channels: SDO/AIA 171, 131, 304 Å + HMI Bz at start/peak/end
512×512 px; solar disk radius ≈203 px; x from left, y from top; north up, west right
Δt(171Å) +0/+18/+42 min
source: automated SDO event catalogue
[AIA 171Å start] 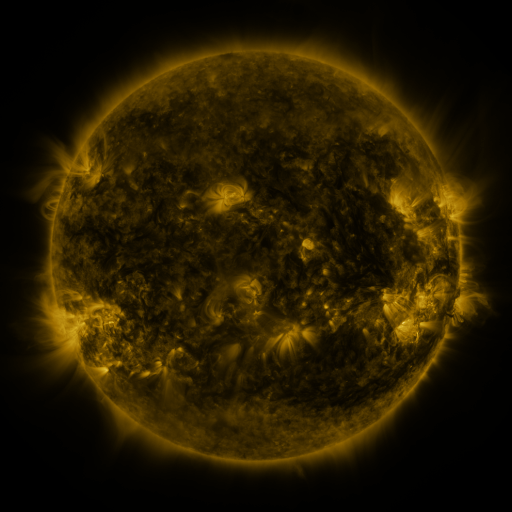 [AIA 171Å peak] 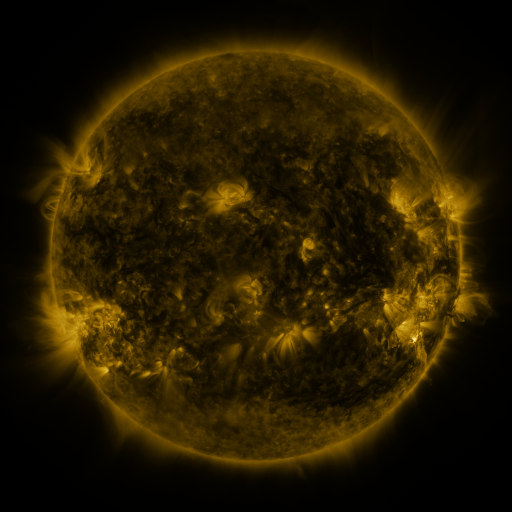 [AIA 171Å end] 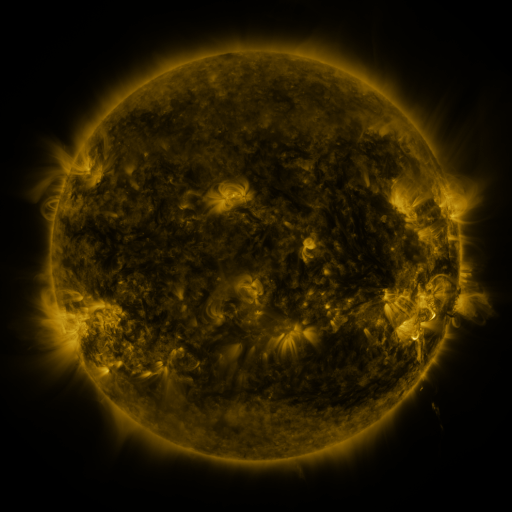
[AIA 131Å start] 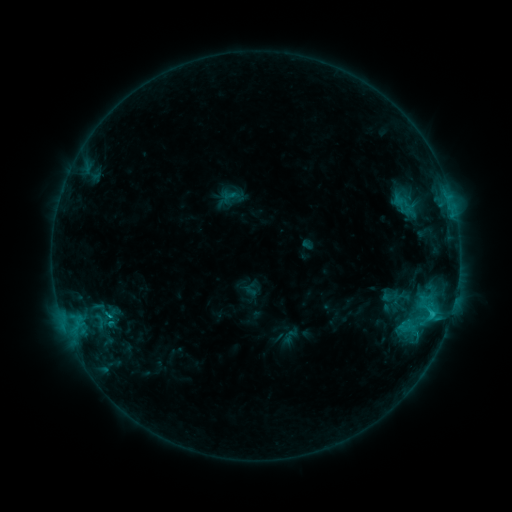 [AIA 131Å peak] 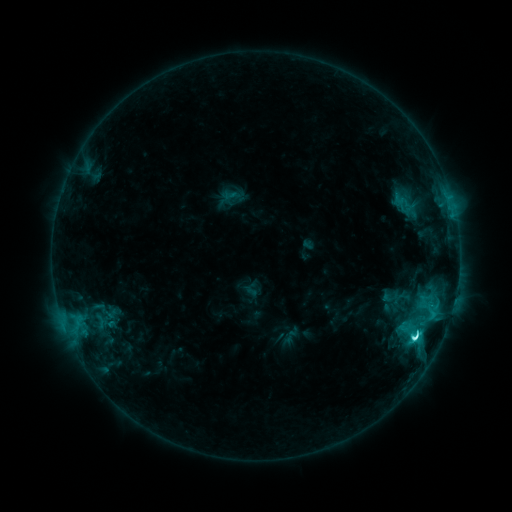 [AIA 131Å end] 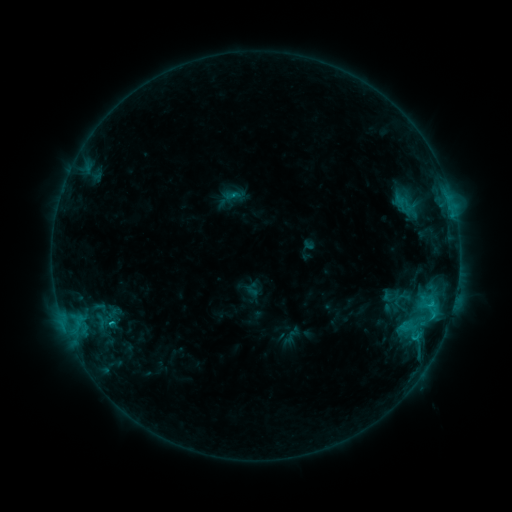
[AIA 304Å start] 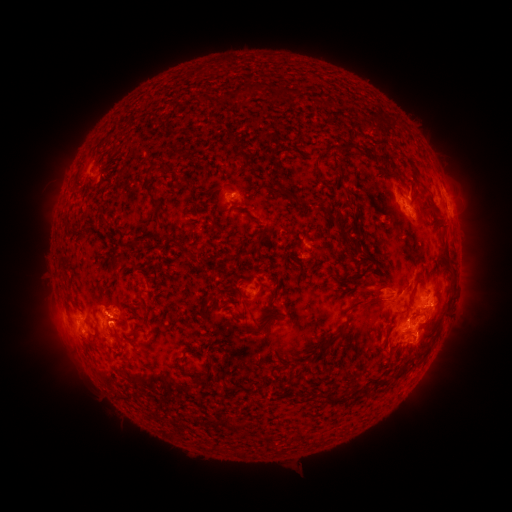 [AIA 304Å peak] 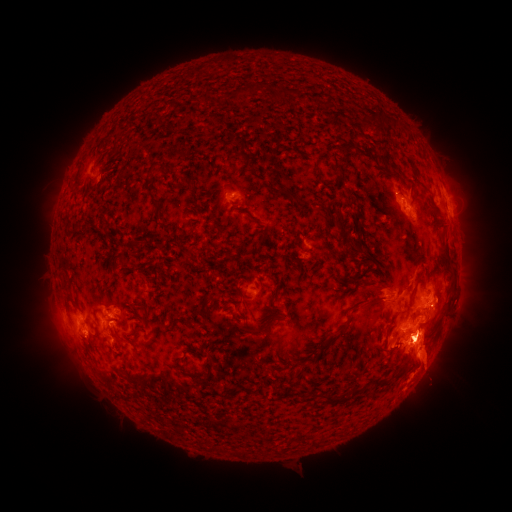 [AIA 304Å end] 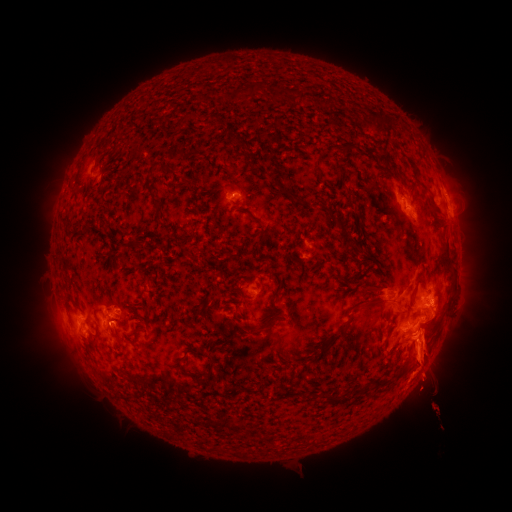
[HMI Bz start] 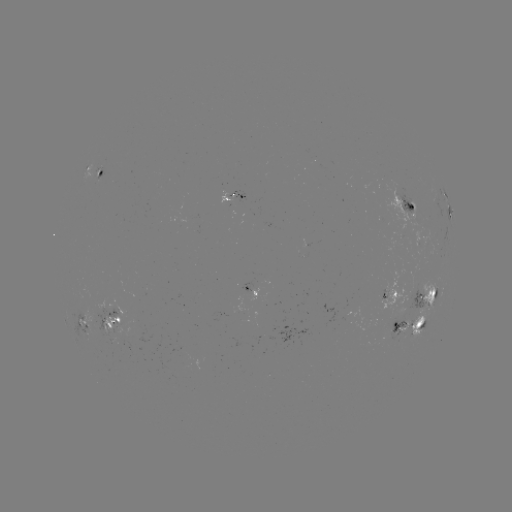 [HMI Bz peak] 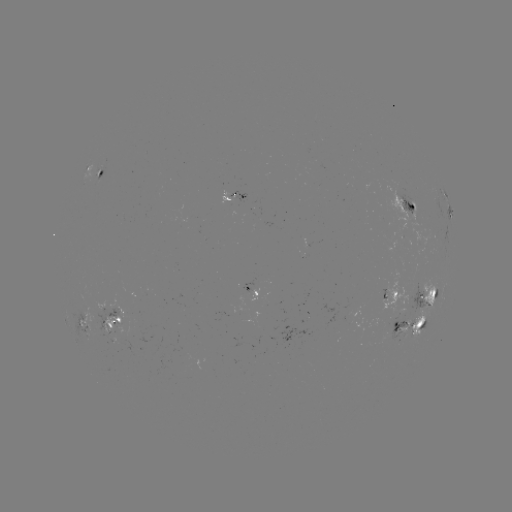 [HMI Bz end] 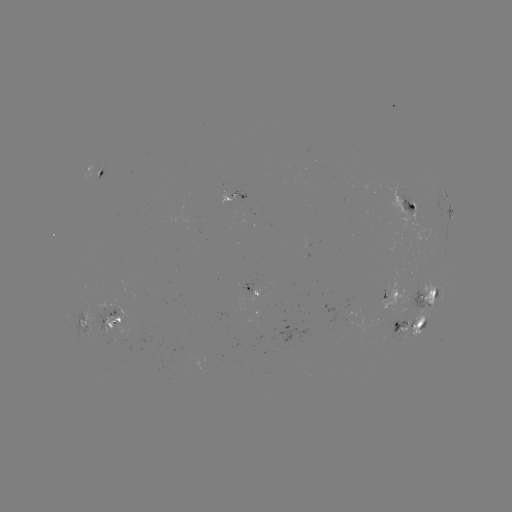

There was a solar eruption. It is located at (429, 361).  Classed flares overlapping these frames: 1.